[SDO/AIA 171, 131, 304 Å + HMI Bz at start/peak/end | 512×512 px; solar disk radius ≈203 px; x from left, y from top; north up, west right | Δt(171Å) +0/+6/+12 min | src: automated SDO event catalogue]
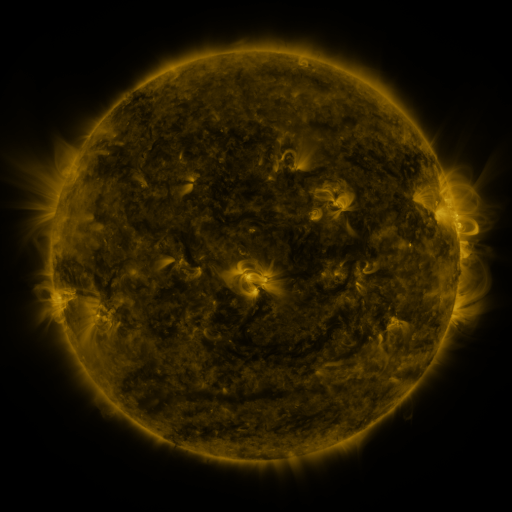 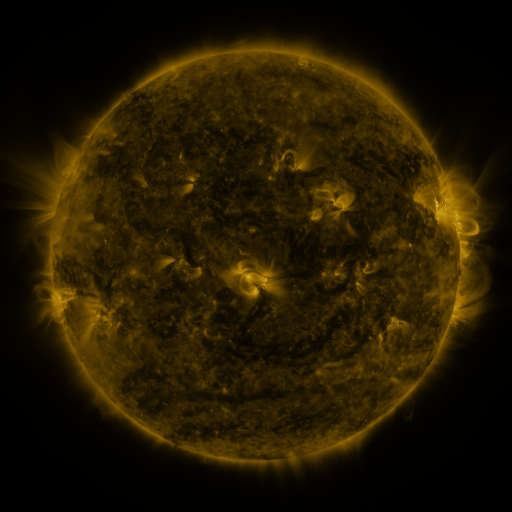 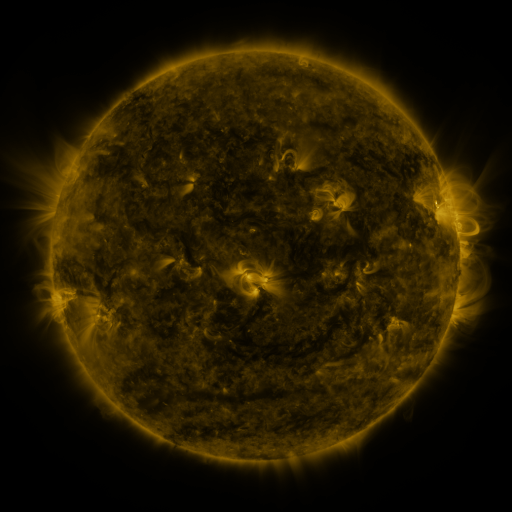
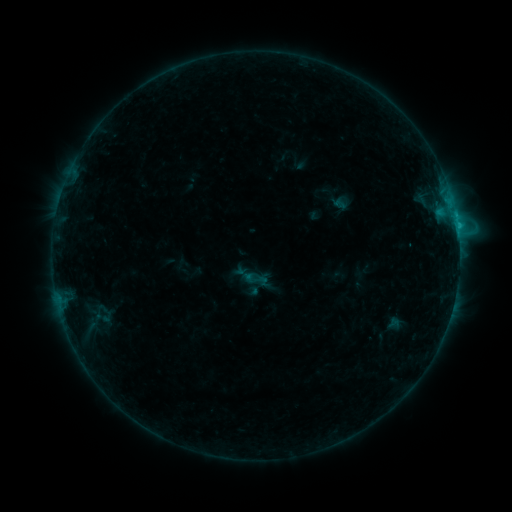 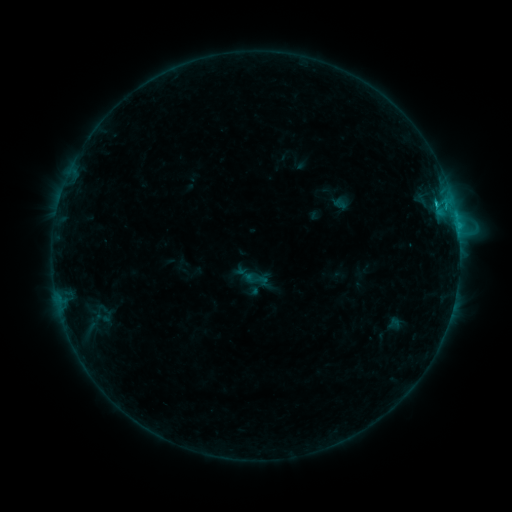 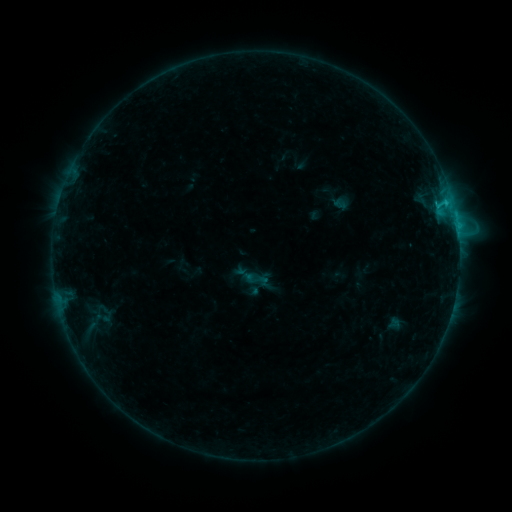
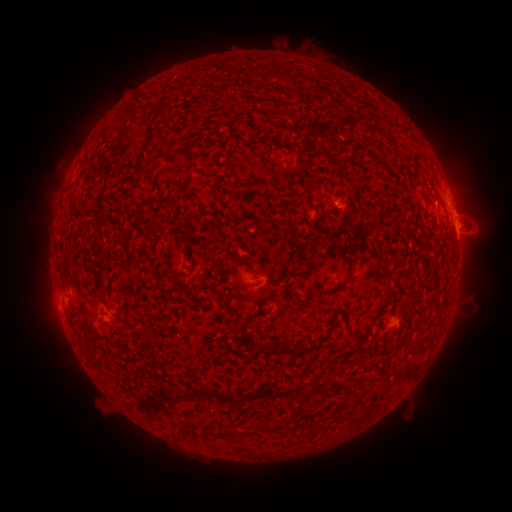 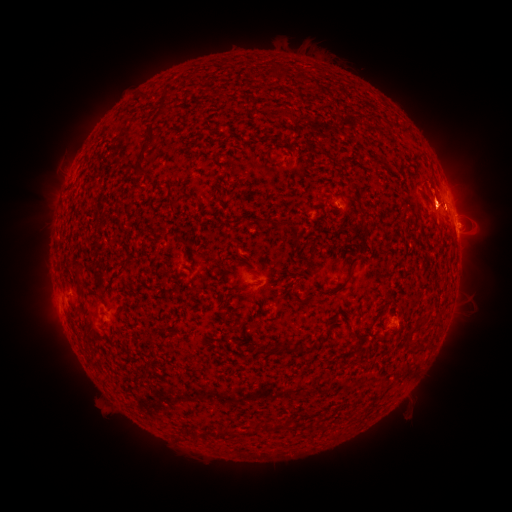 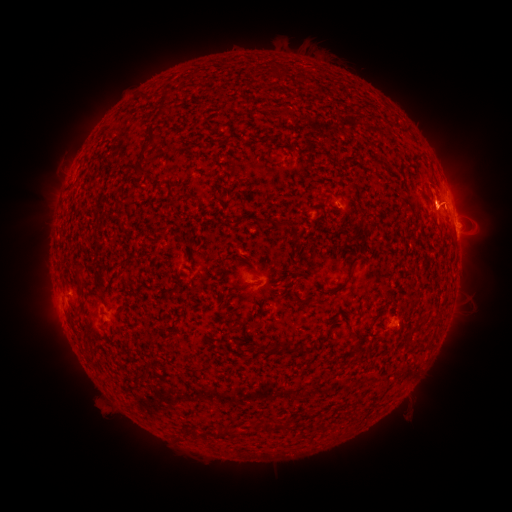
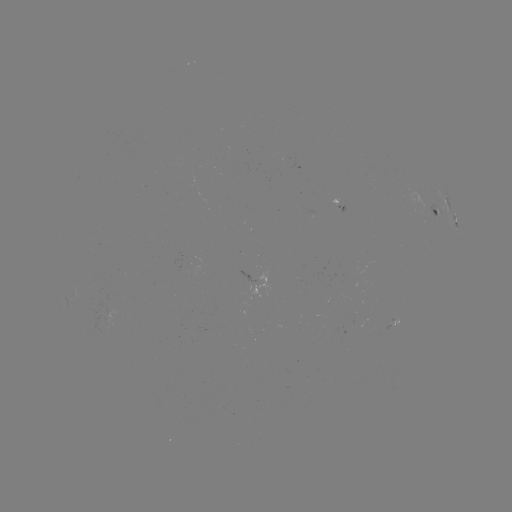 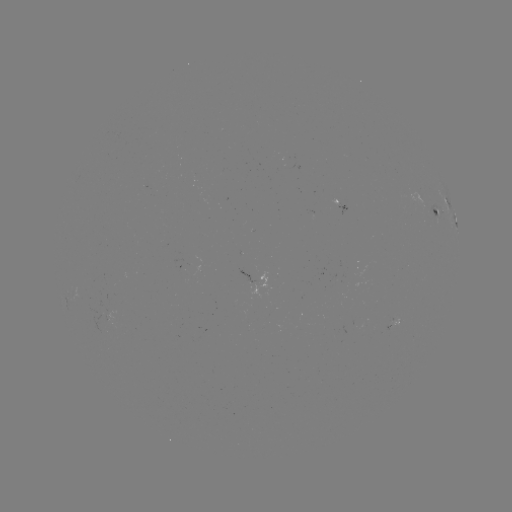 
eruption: <bbox>416, 188, 462, 235</bbox>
